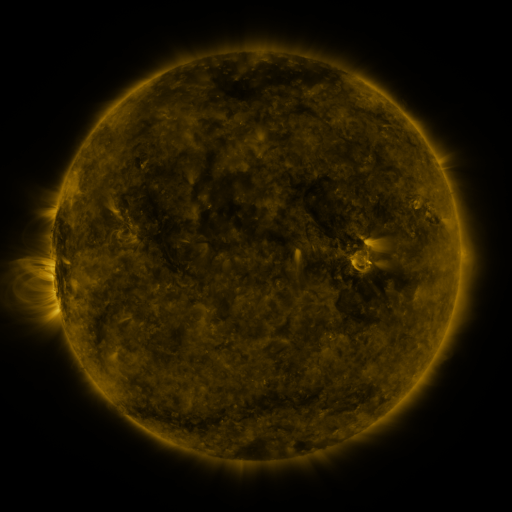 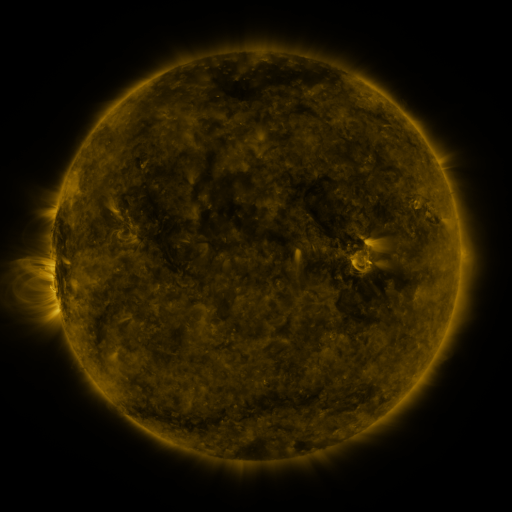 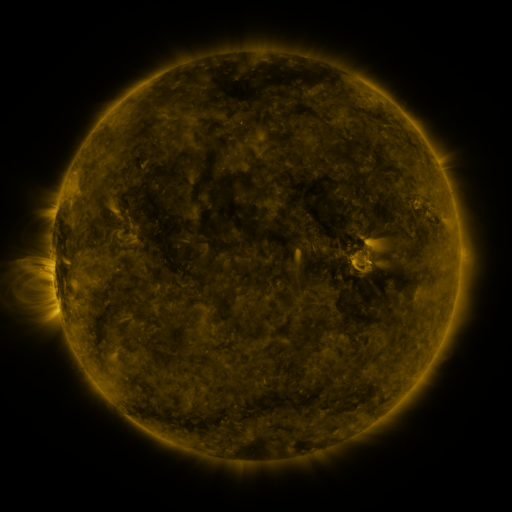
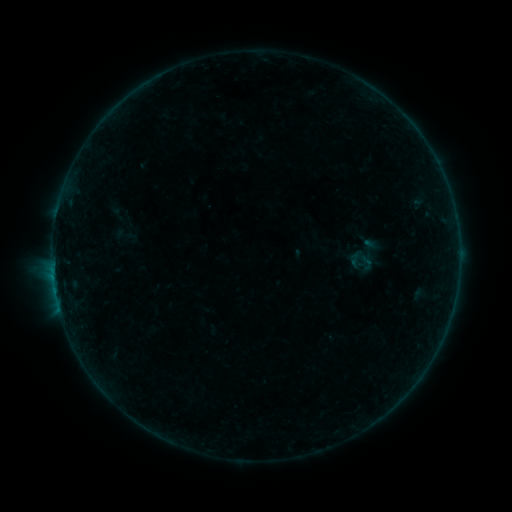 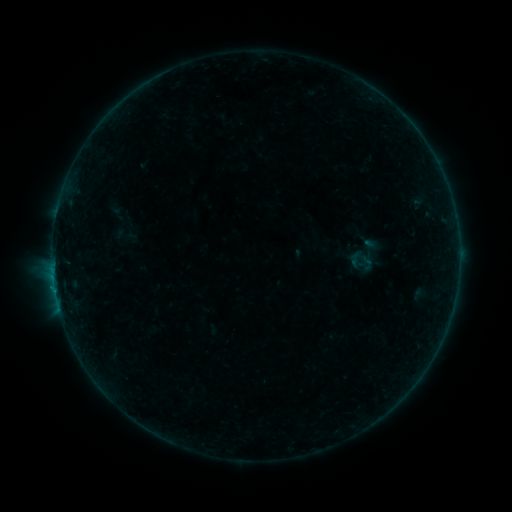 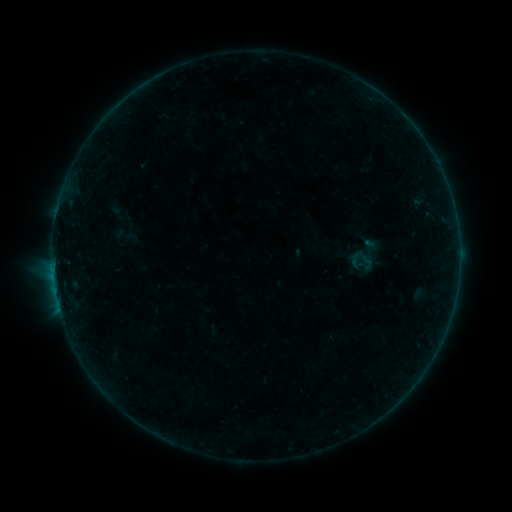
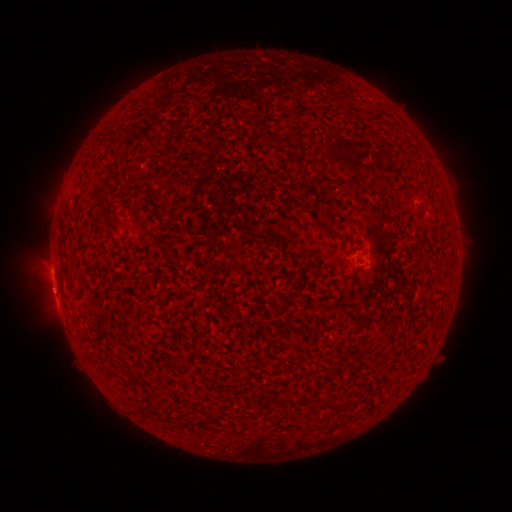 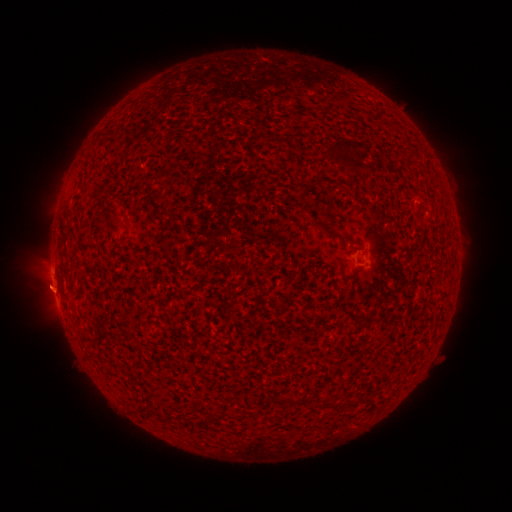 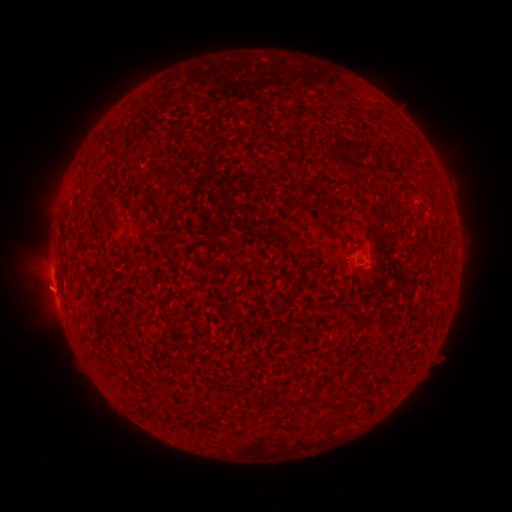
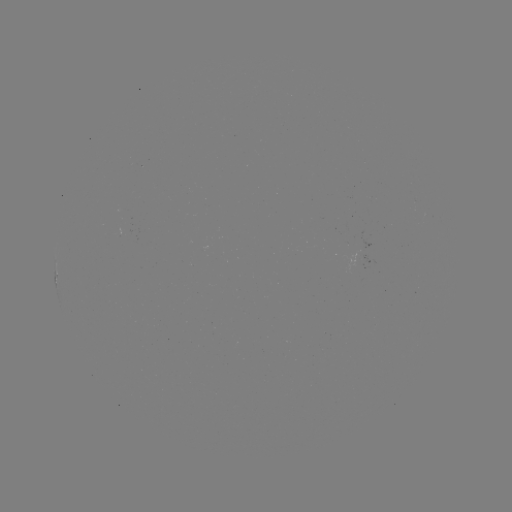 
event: eruption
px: (46, 284)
